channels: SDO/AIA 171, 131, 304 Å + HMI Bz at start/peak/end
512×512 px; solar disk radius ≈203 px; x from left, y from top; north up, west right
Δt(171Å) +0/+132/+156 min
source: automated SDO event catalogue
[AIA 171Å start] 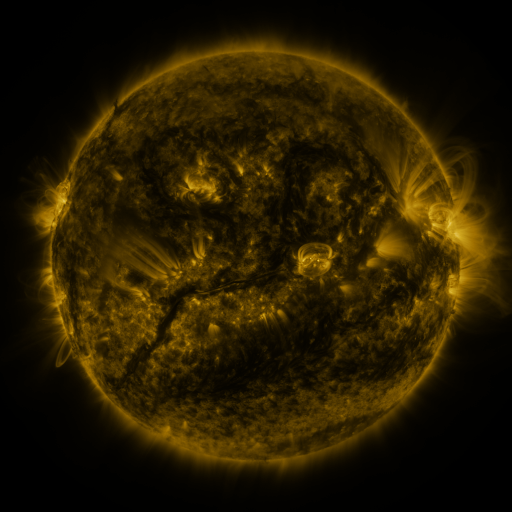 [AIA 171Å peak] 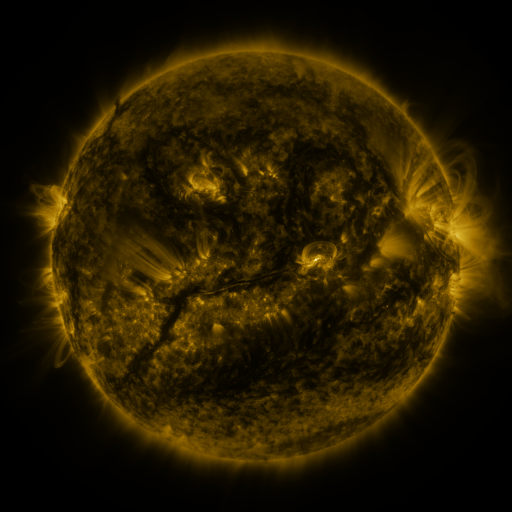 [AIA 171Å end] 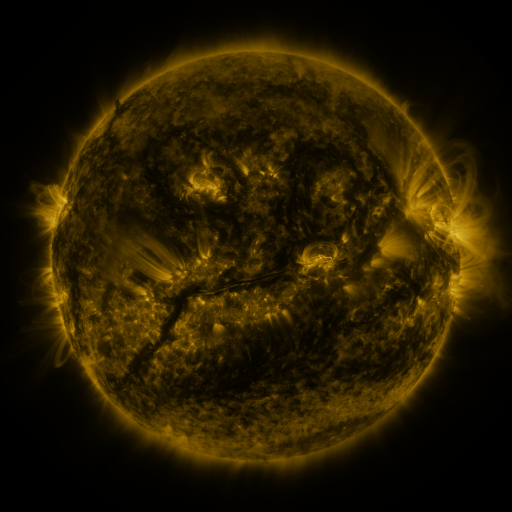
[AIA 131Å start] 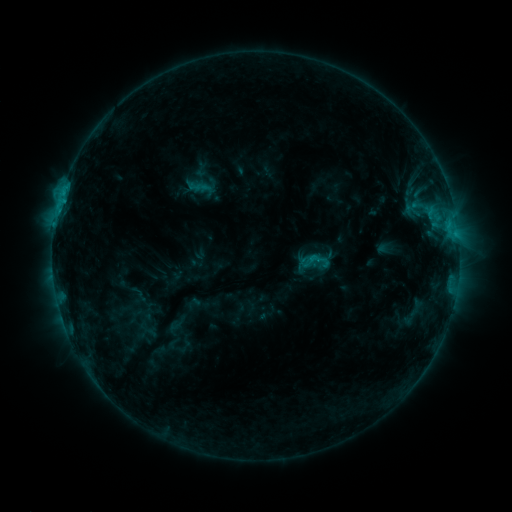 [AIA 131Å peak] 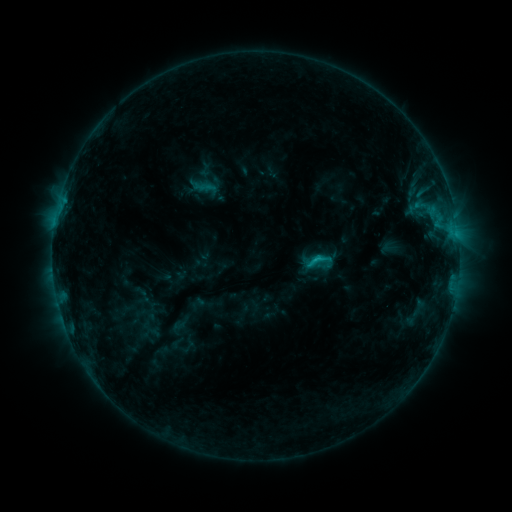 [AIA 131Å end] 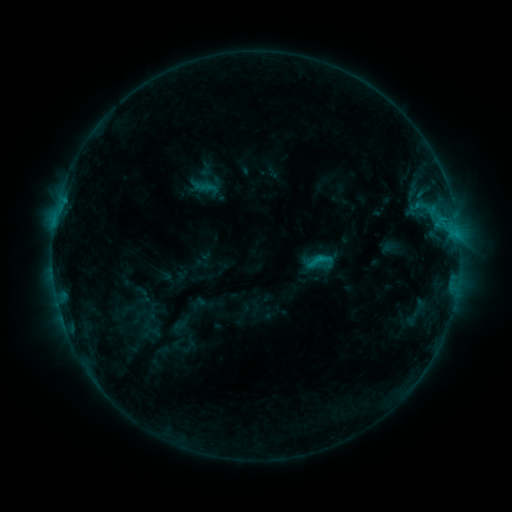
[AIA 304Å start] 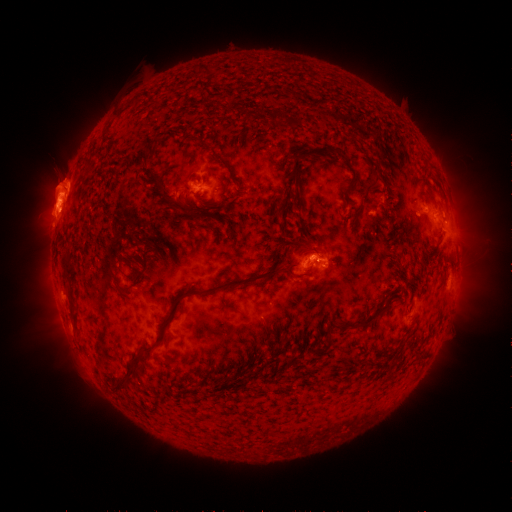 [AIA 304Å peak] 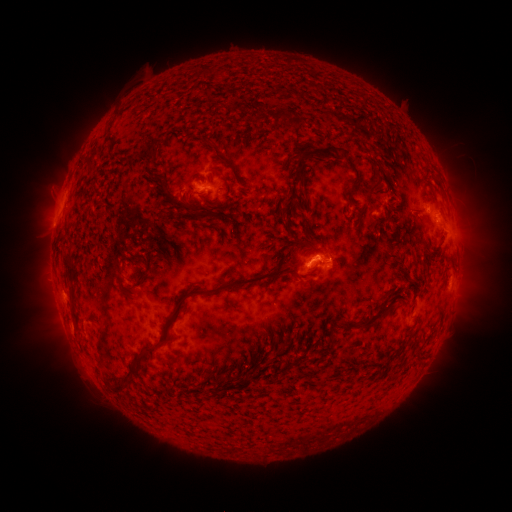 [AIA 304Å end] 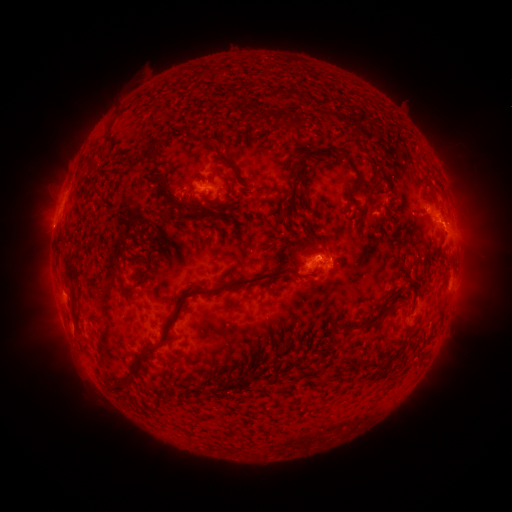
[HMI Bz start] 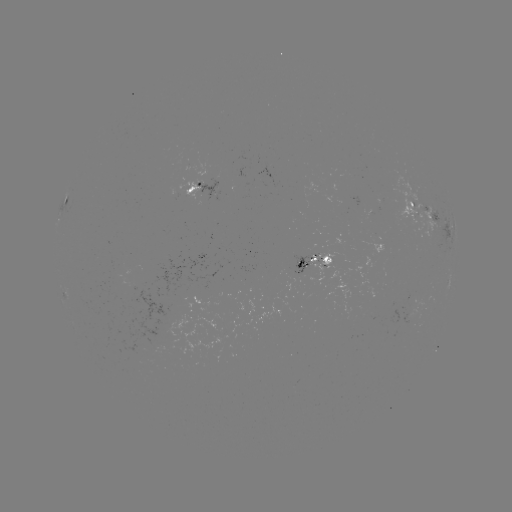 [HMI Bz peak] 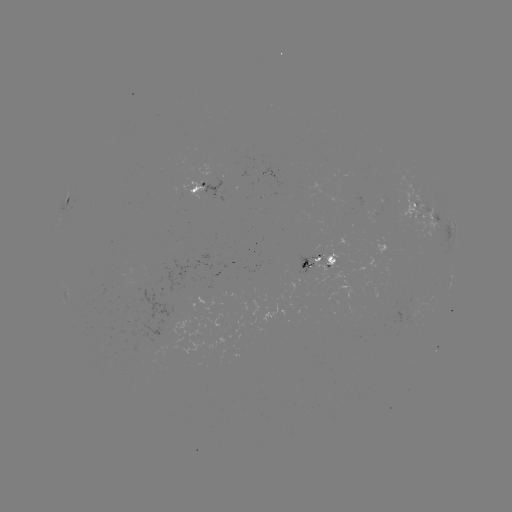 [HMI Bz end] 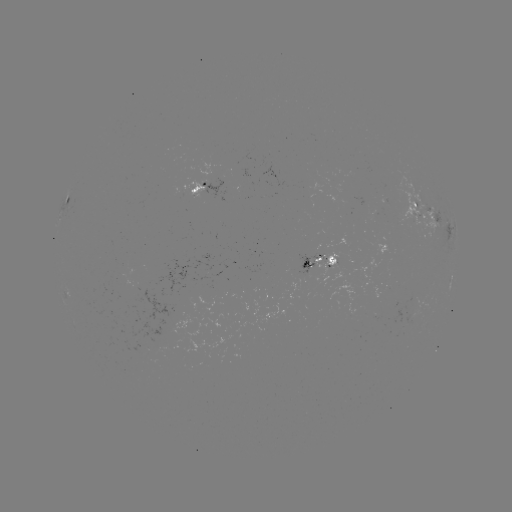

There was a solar emerging-flux region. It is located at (319, 257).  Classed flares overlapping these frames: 3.